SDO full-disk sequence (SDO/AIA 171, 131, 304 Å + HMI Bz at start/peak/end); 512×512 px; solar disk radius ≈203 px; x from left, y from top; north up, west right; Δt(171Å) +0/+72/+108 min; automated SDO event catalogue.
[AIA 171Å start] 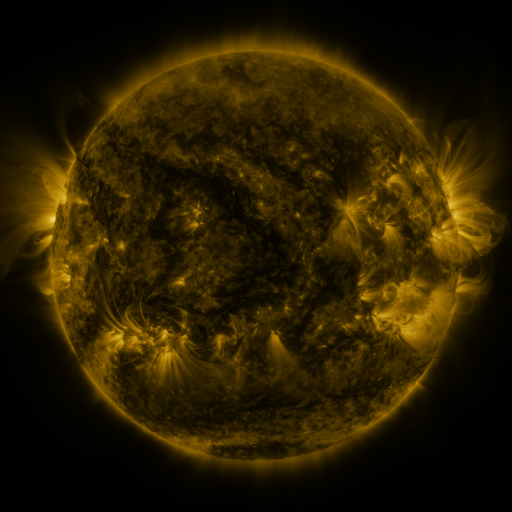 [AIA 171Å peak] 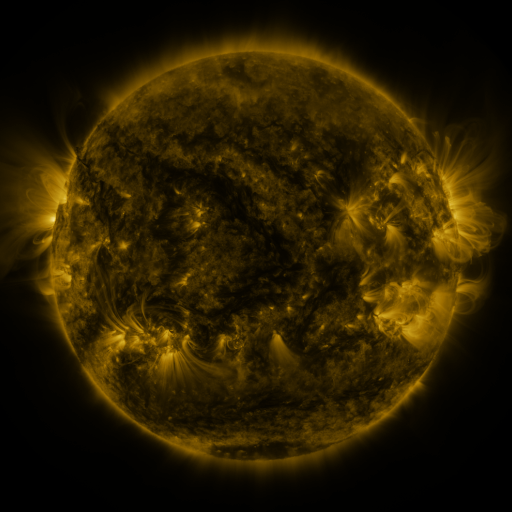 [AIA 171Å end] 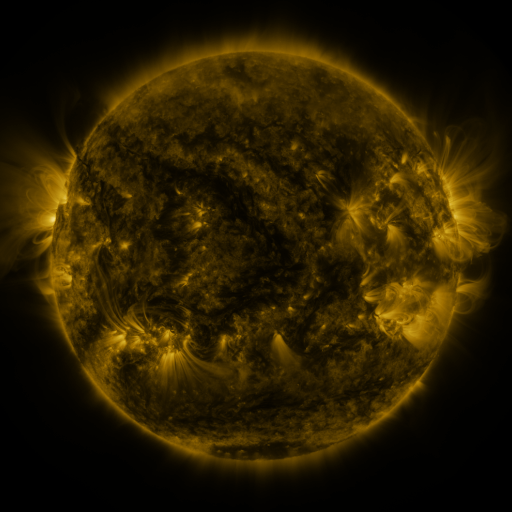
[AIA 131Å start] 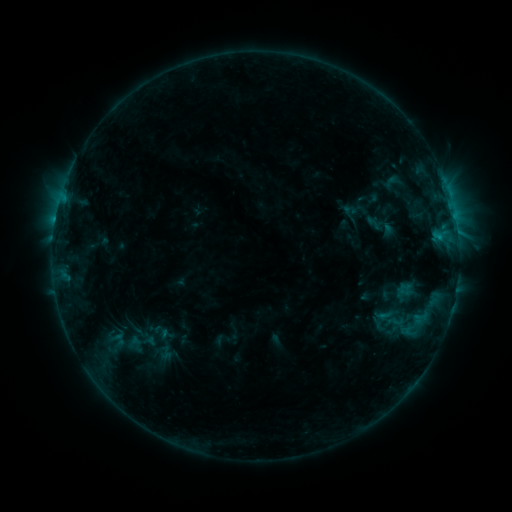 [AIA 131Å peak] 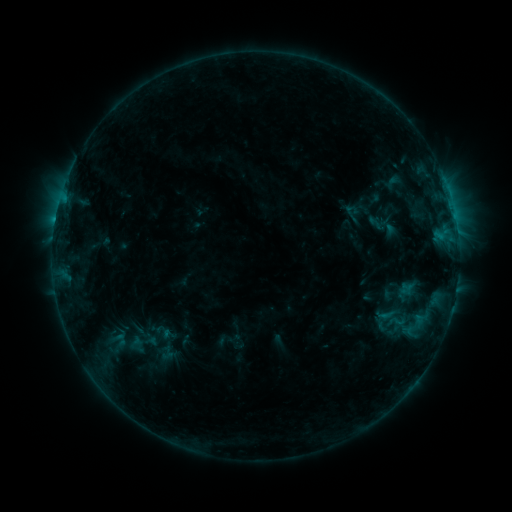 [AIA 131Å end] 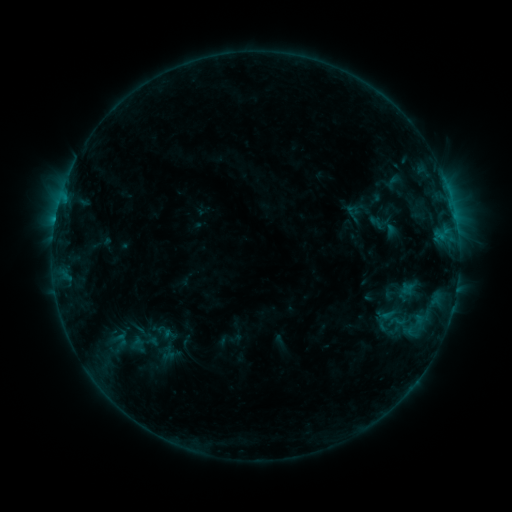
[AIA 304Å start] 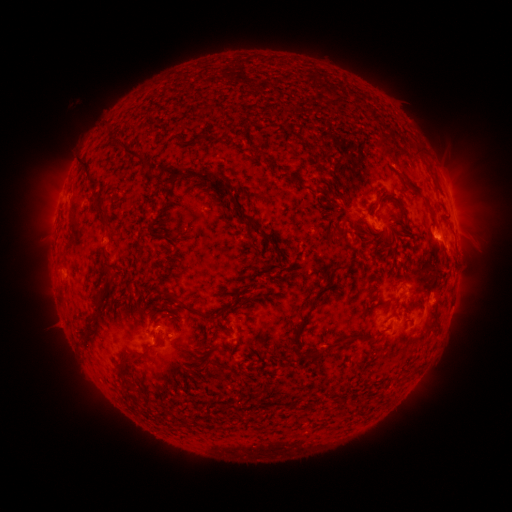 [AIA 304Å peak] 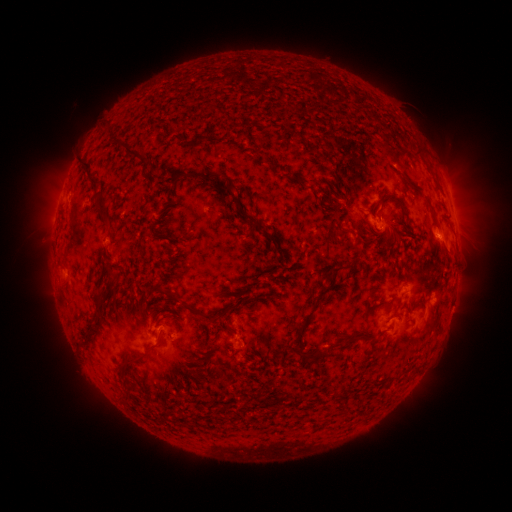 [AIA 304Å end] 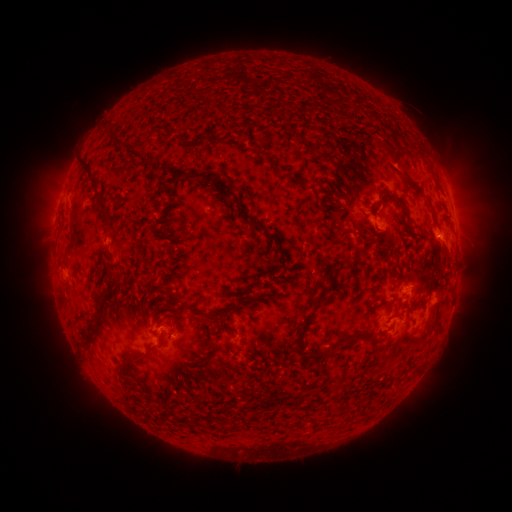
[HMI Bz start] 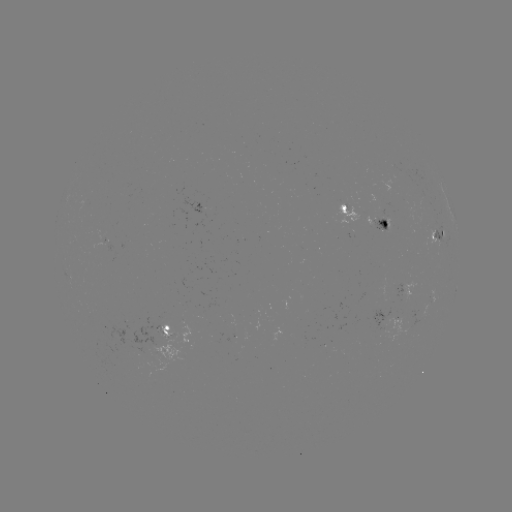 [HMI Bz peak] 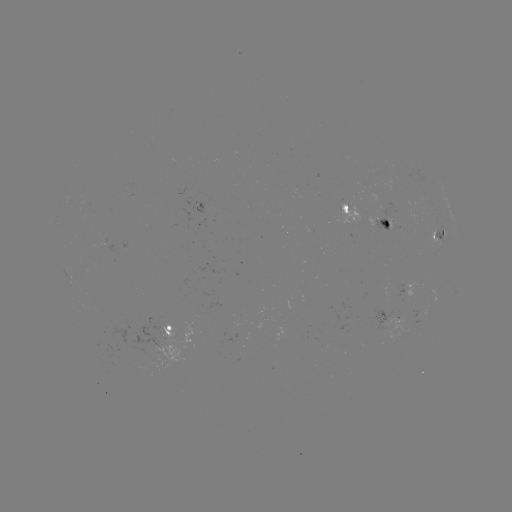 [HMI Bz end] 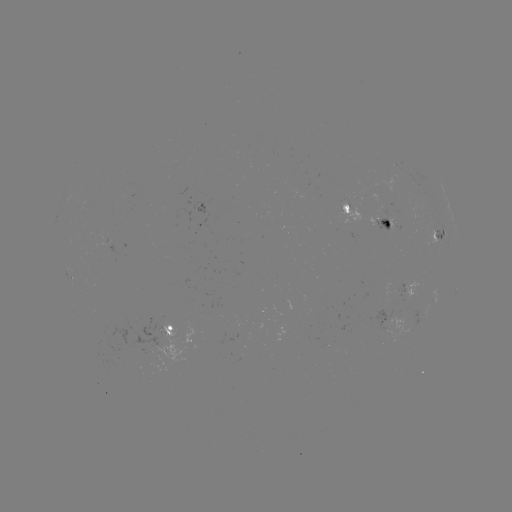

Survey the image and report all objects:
emerging-flux region: (384, 325)
